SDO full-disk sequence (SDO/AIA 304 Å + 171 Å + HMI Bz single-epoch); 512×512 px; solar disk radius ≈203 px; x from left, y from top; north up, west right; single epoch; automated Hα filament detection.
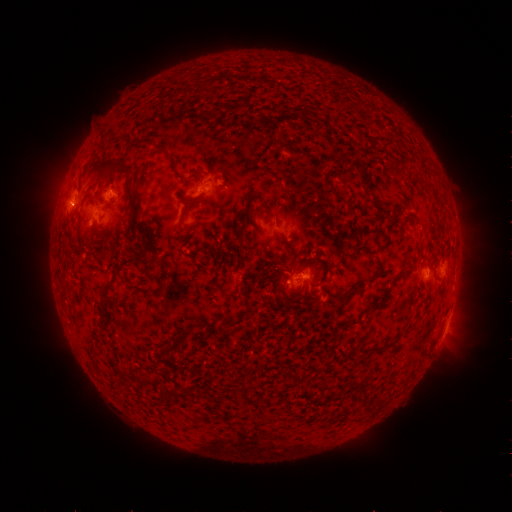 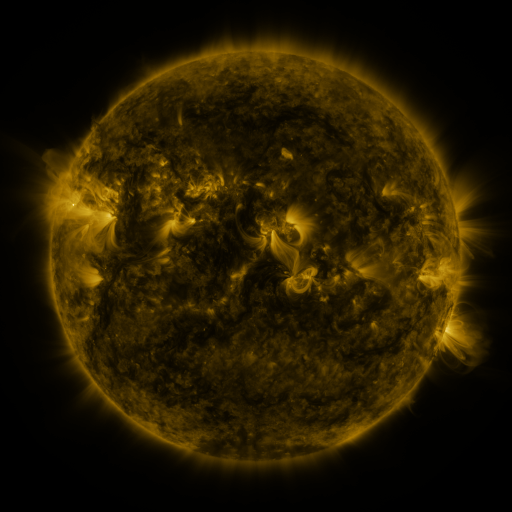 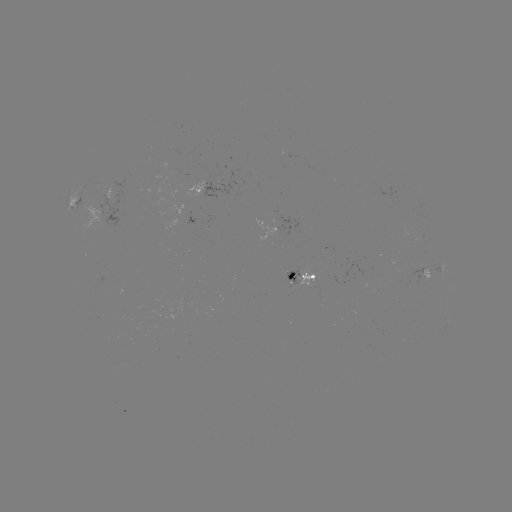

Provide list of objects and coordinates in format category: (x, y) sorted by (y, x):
filament: (214, 111)
filament: (161, 149)
filament: (114, 163)
filament: (367, 185)
filament: (131, 199)
filament: (266, 211)
filament: (417, 219)
filament: (142, 228)
filament: (281, 236)
filament: (309, 259)
filament: (110, 281)
filament: (350, 292)
filament: (171, 348)
filament: (141, 385)
filament: (360, 393)
filament: (177, 394)
